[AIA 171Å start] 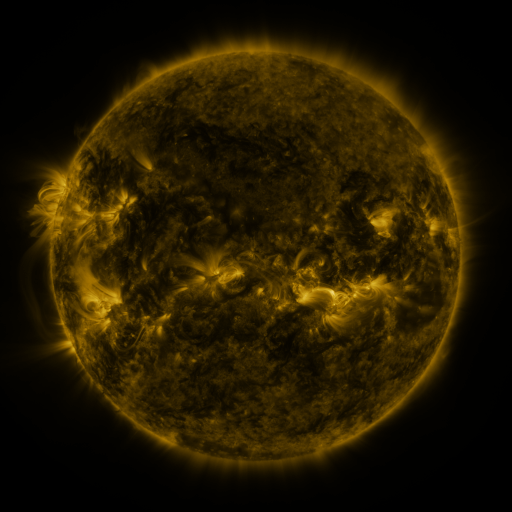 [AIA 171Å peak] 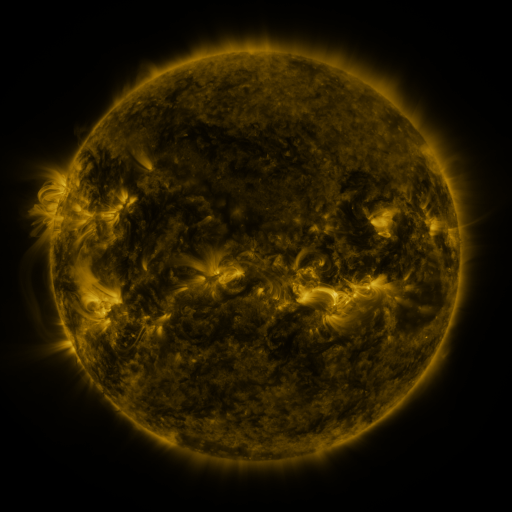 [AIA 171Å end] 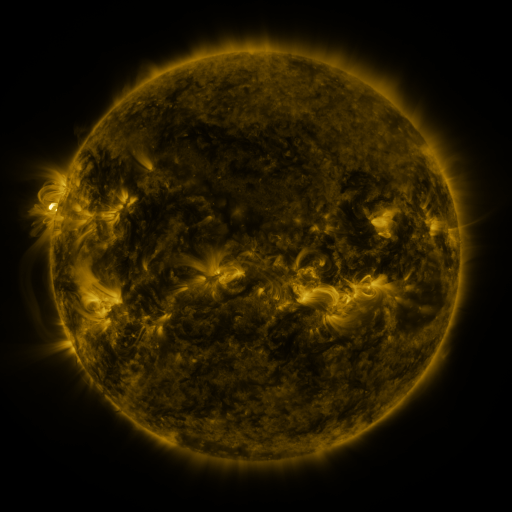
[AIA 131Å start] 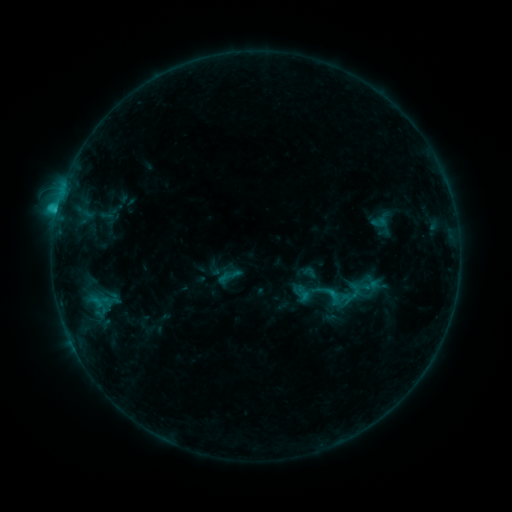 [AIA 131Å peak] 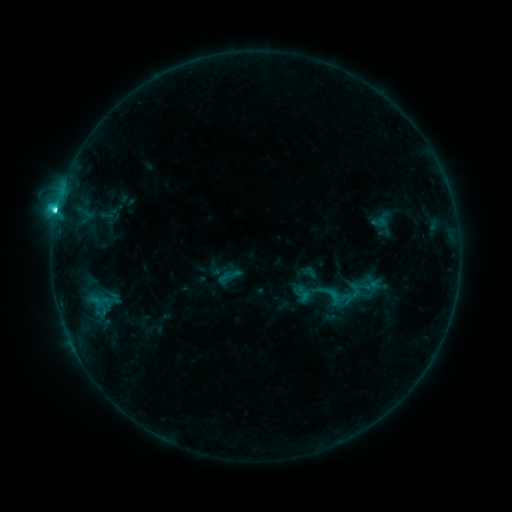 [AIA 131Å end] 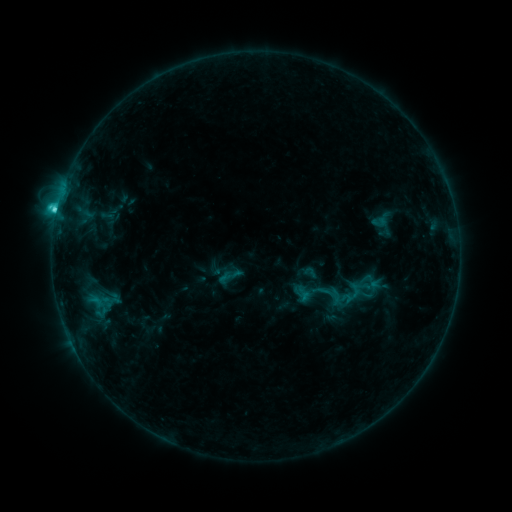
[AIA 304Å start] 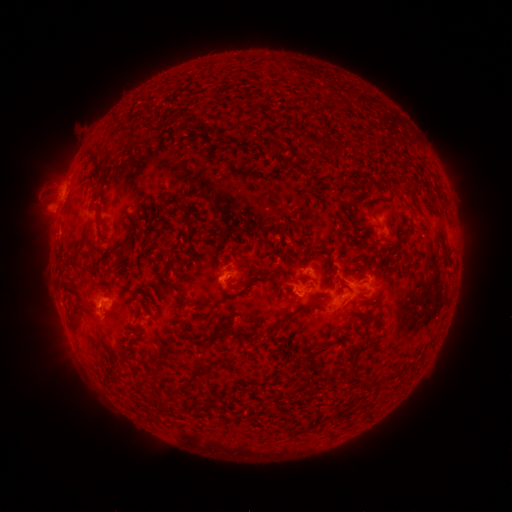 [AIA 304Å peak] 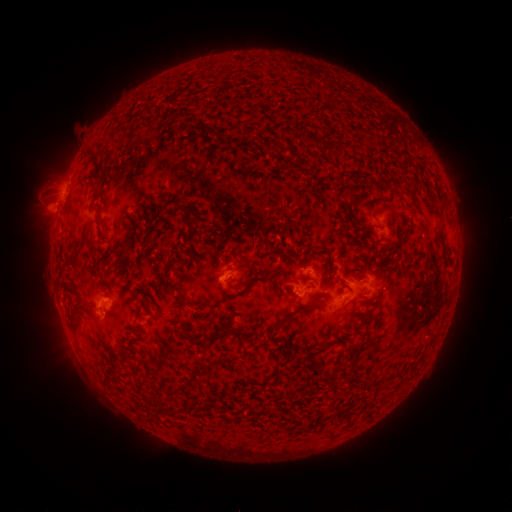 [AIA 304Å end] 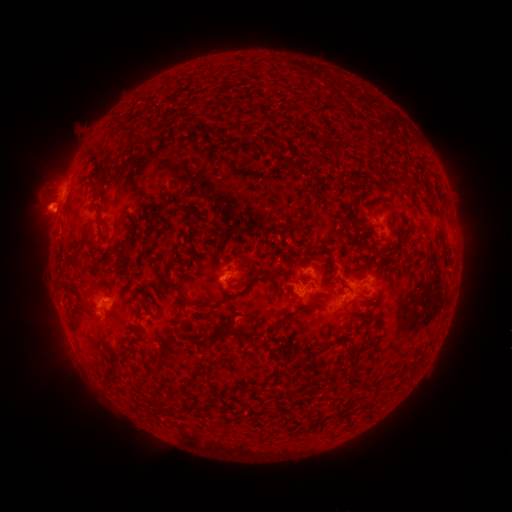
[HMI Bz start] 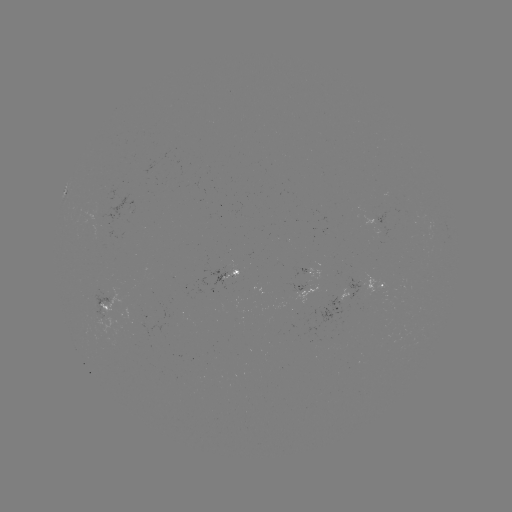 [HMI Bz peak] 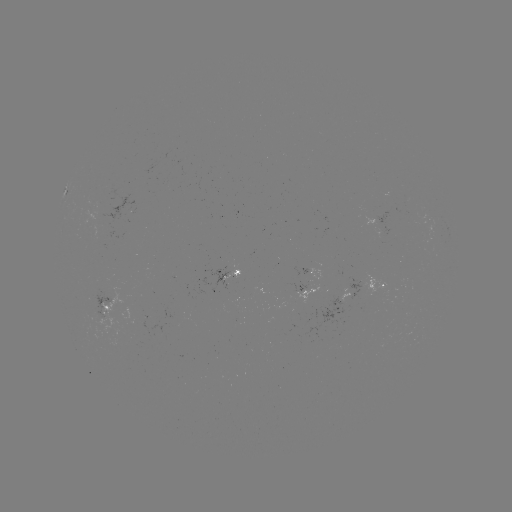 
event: flare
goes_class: C4.2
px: (58, 216)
